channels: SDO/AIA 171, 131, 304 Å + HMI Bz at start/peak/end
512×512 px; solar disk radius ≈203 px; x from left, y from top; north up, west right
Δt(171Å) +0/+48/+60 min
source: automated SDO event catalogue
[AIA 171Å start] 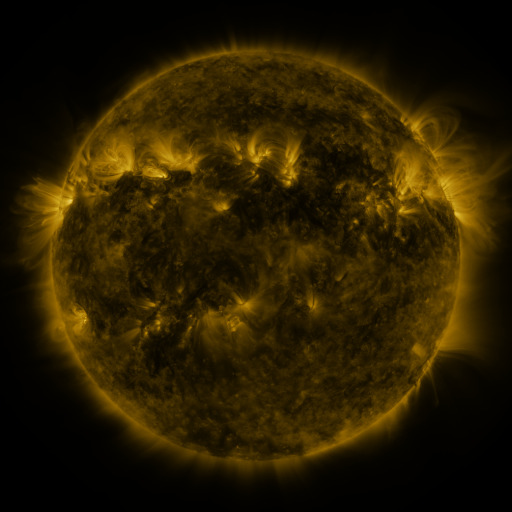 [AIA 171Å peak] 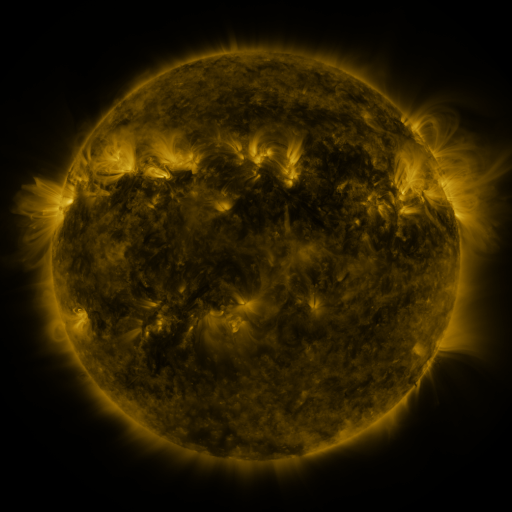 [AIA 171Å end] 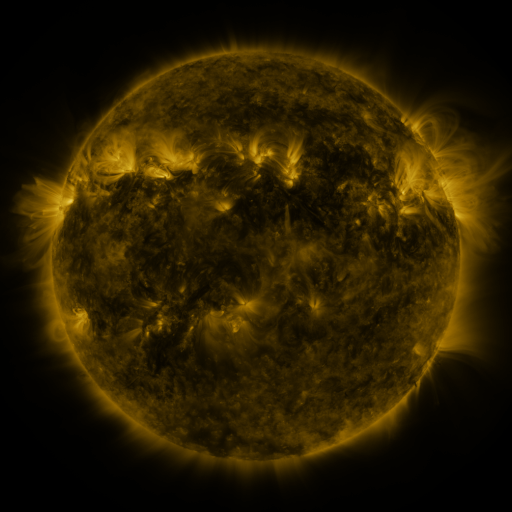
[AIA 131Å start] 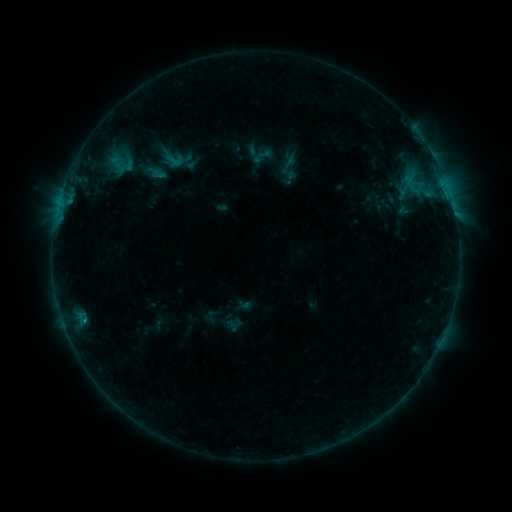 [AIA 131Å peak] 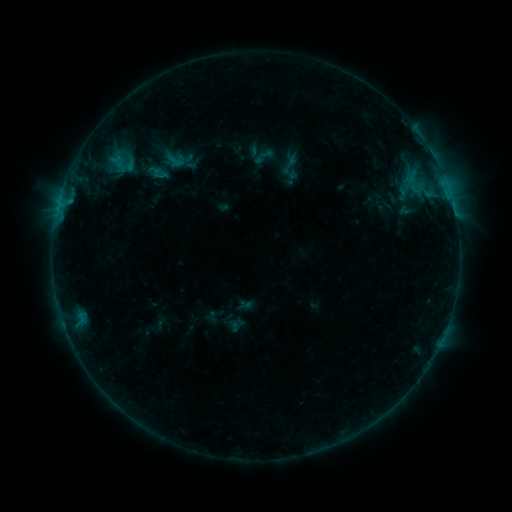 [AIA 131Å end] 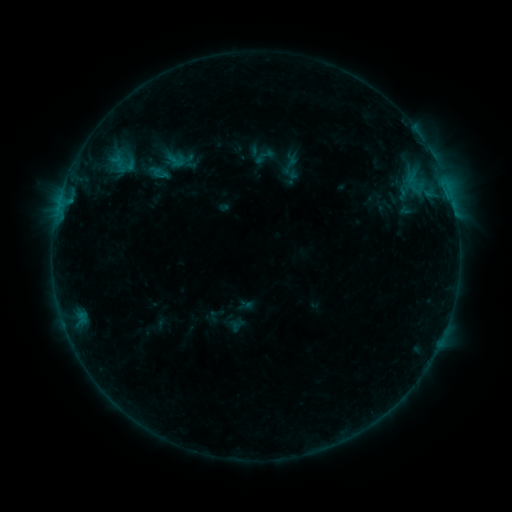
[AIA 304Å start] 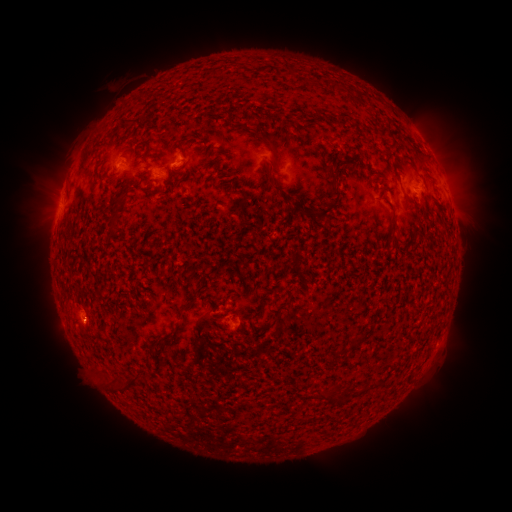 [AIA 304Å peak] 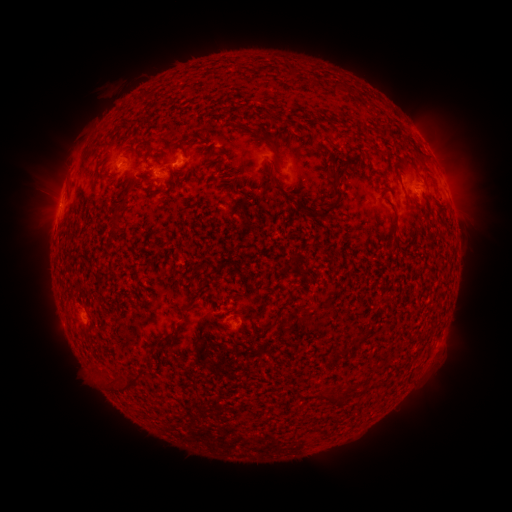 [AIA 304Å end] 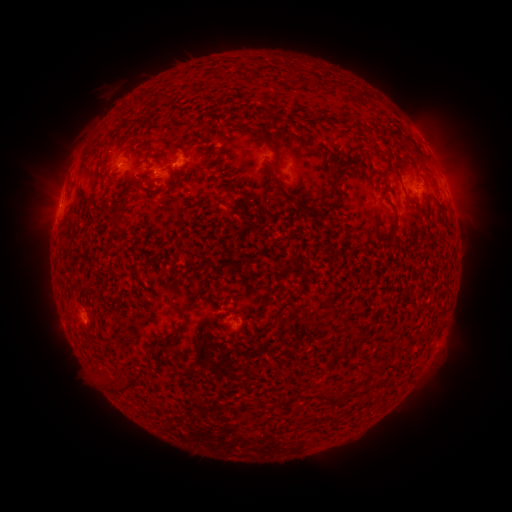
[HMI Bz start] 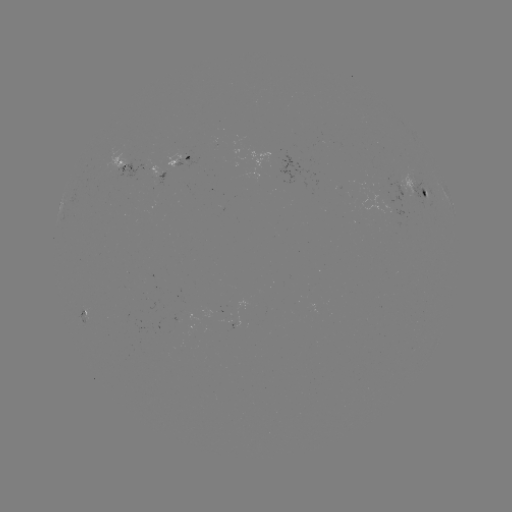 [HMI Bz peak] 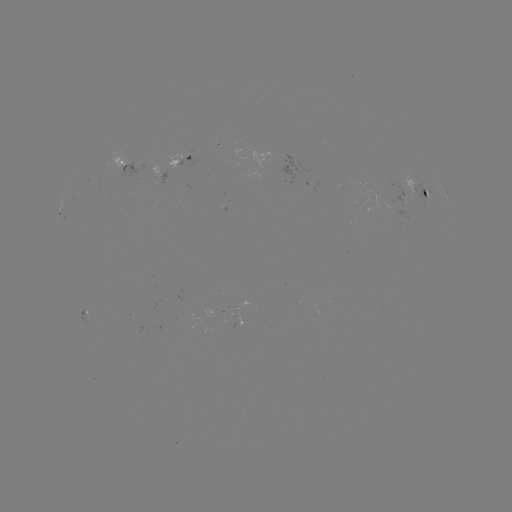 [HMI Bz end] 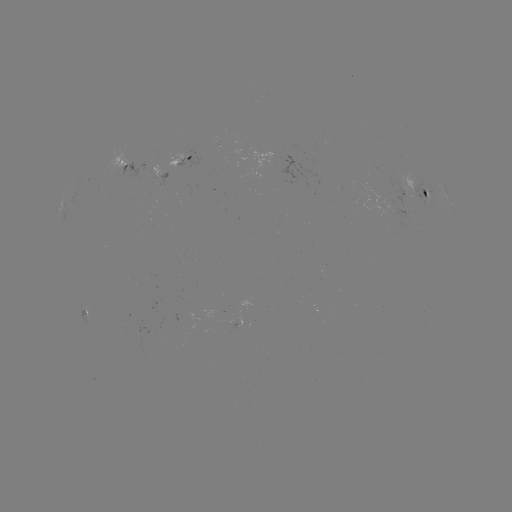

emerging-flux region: <bbox>160, 172, 166, 186</bbox>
